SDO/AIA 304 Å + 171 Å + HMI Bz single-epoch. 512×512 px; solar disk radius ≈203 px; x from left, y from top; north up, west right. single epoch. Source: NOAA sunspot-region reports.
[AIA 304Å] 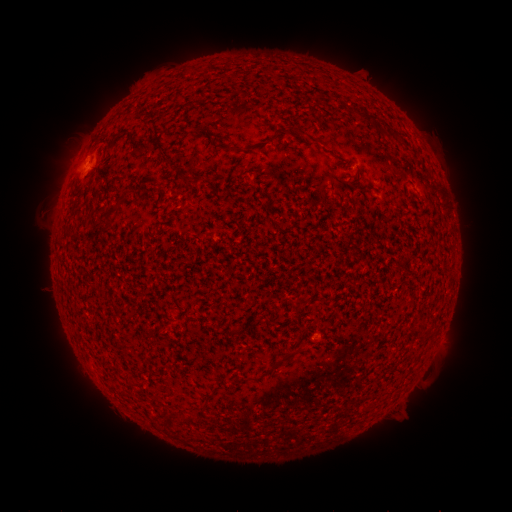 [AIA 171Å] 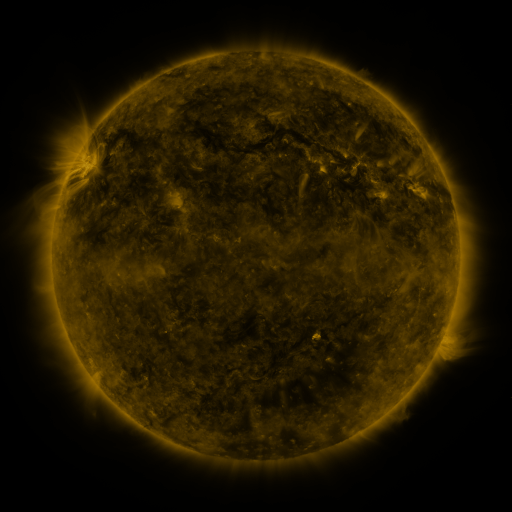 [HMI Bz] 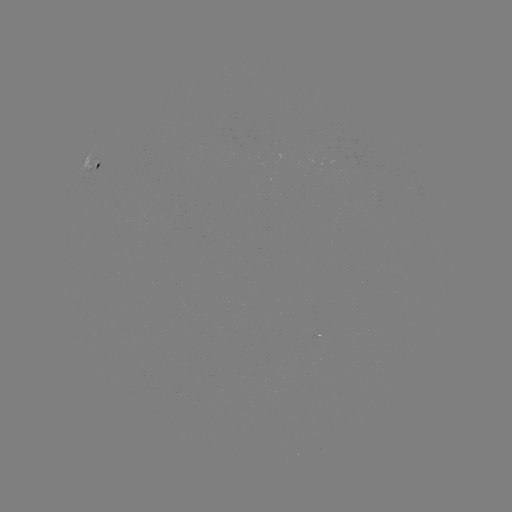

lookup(spotted active region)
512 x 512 91,157